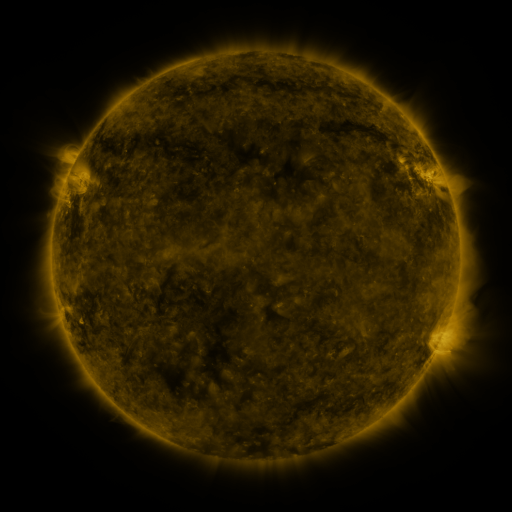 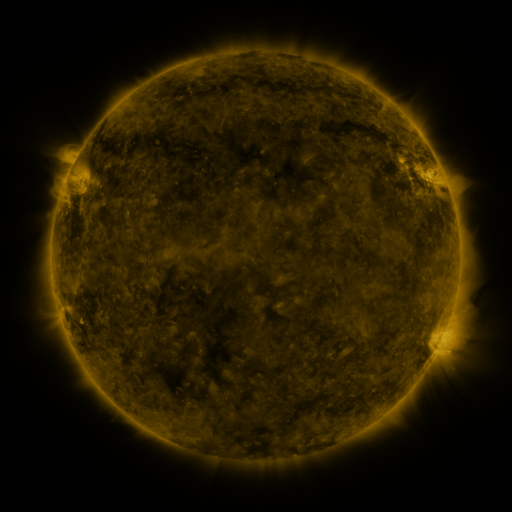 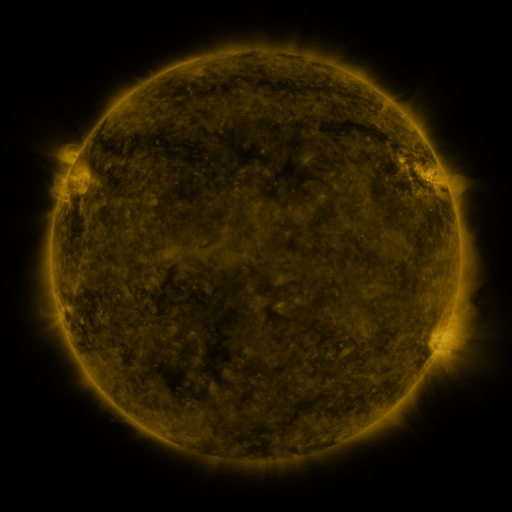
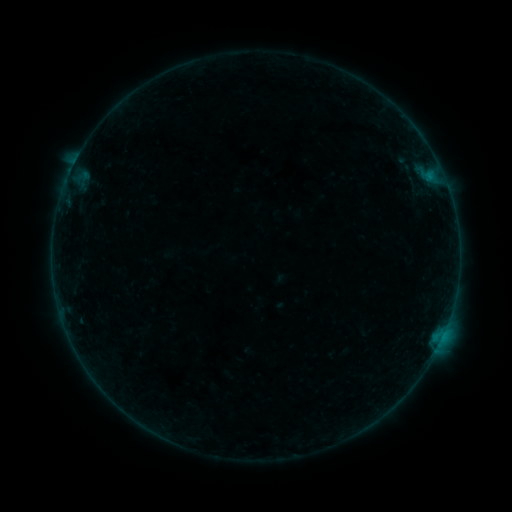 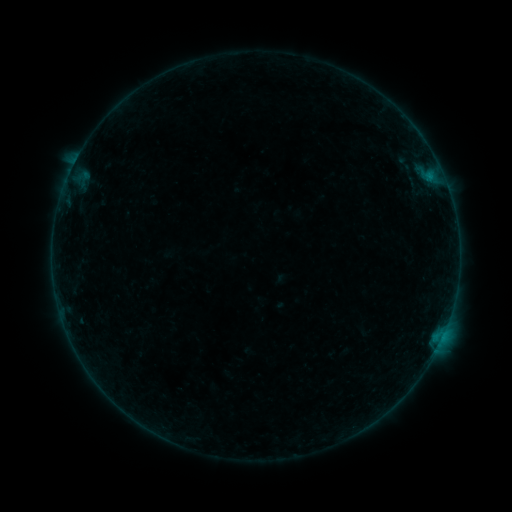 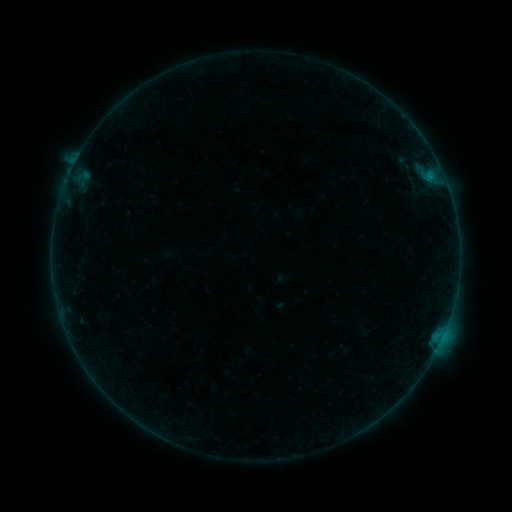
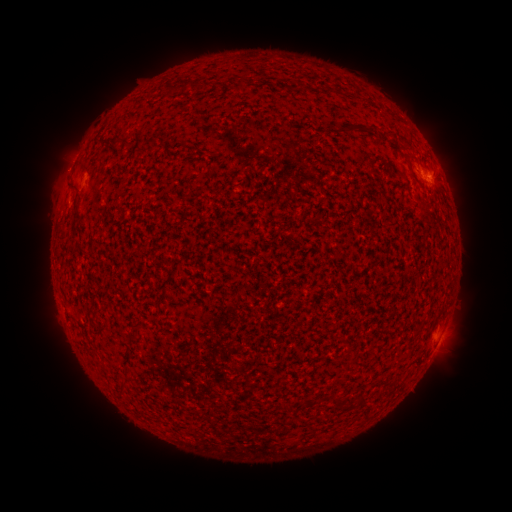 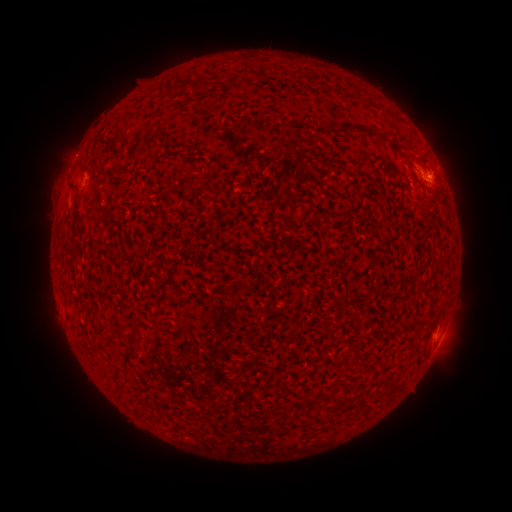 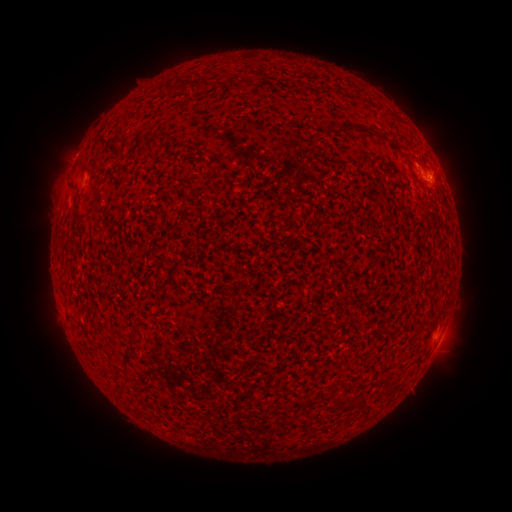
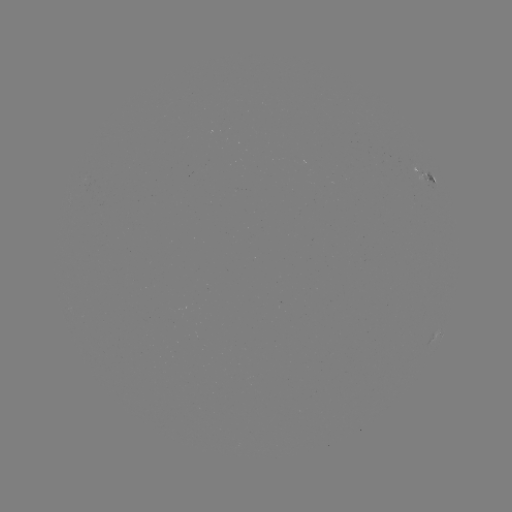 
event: flare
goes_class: B4.3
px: (431, 184)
